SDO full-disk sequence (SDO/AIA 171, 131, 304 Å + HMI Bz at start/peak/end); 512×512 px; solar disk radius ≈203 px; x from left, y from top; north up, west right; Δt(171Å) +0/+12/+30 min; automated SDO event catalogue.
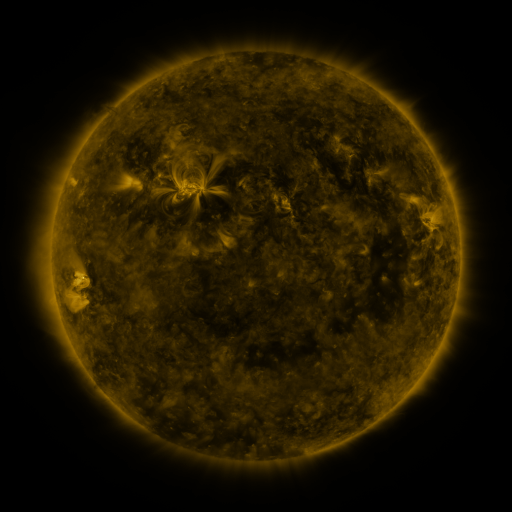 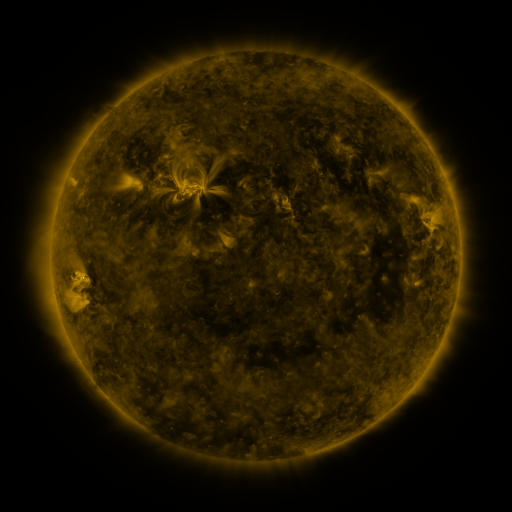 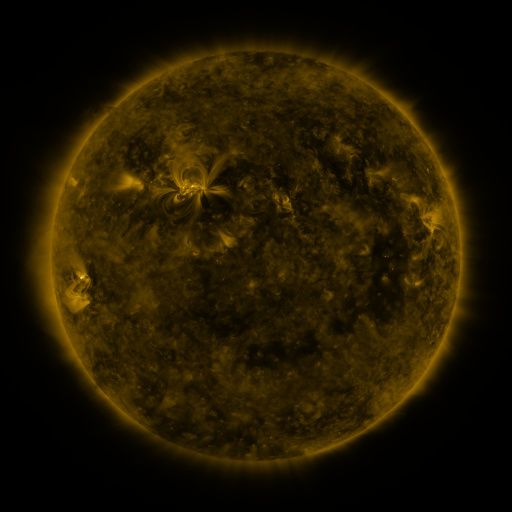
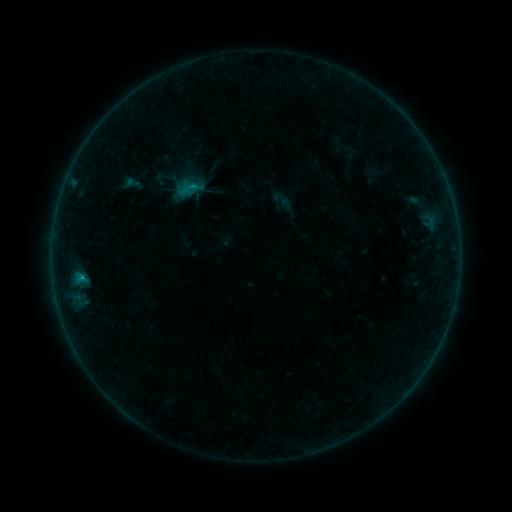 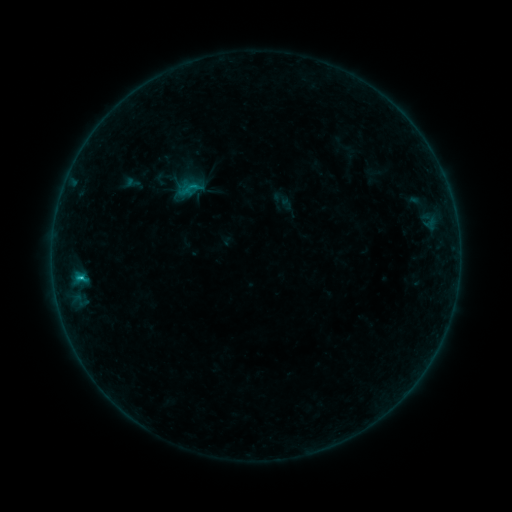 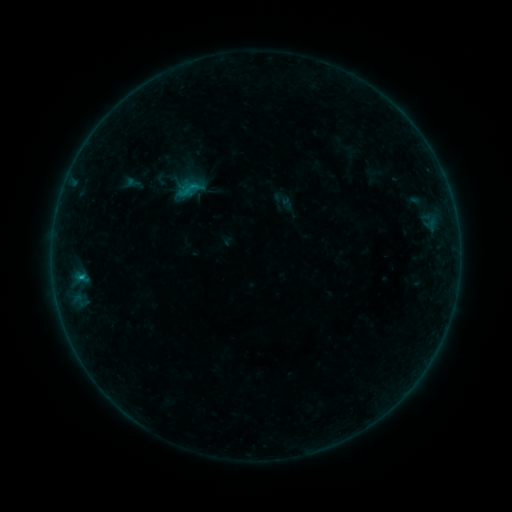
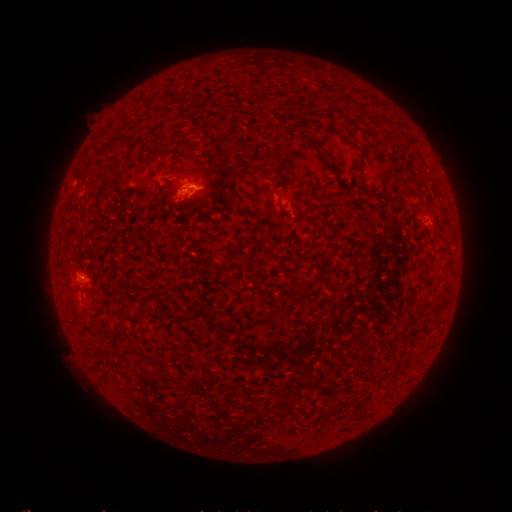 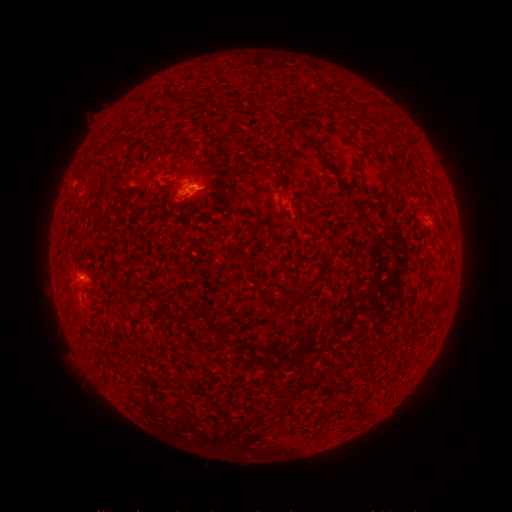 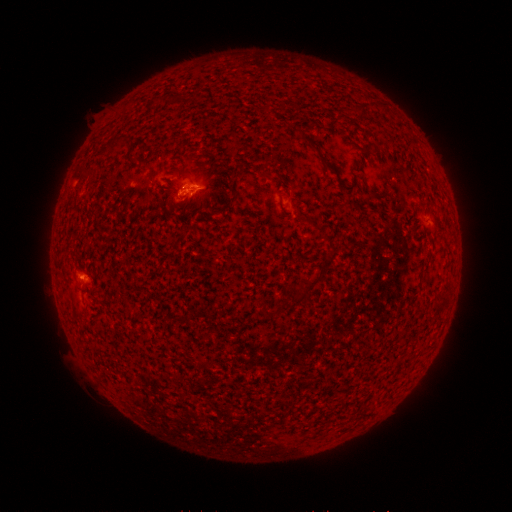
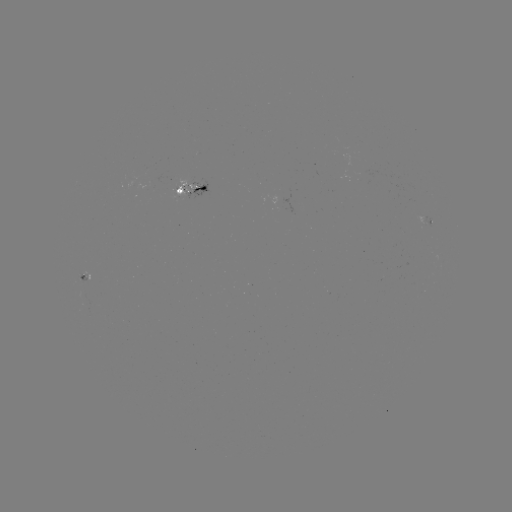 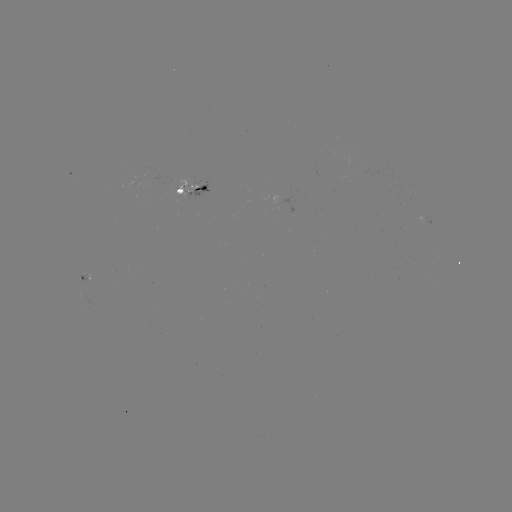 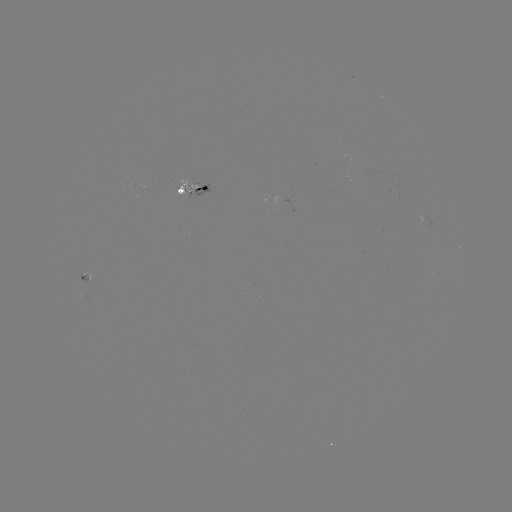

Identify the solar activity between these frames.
B8.7 flare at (81, 275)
